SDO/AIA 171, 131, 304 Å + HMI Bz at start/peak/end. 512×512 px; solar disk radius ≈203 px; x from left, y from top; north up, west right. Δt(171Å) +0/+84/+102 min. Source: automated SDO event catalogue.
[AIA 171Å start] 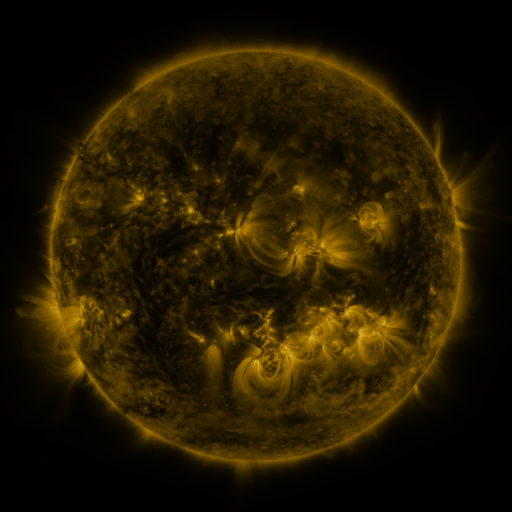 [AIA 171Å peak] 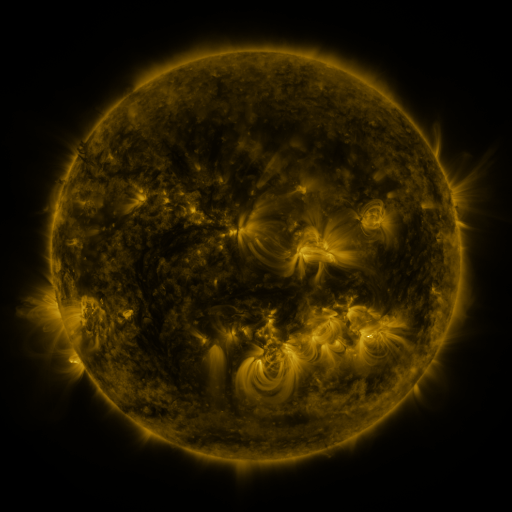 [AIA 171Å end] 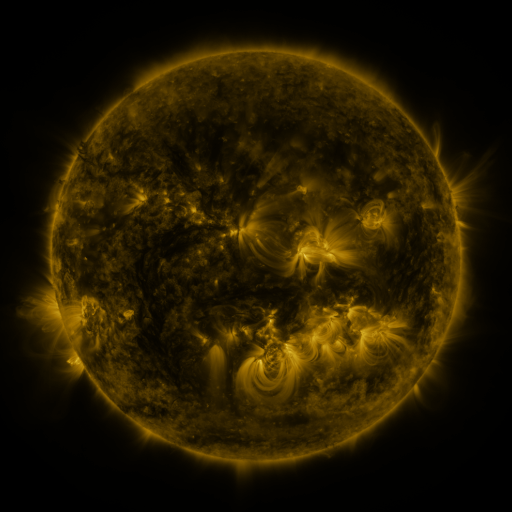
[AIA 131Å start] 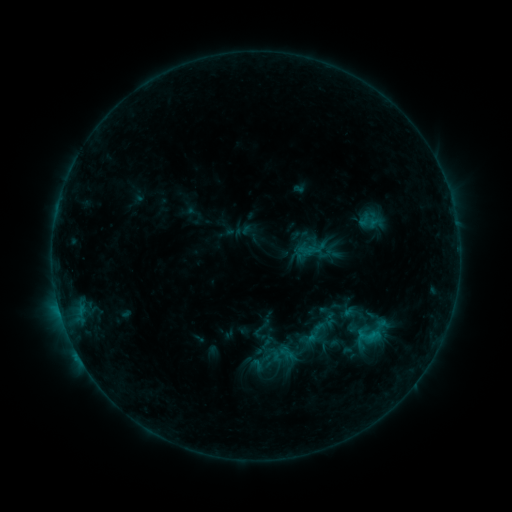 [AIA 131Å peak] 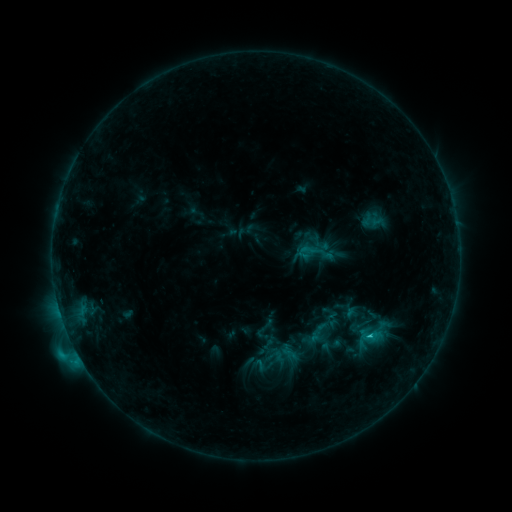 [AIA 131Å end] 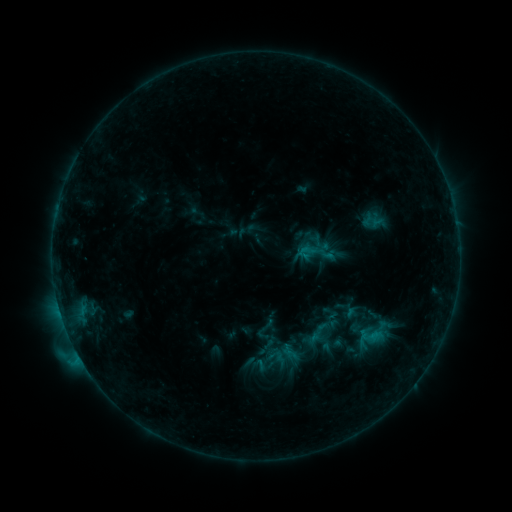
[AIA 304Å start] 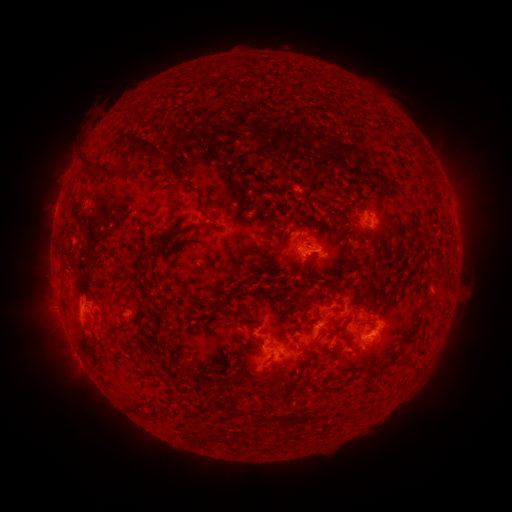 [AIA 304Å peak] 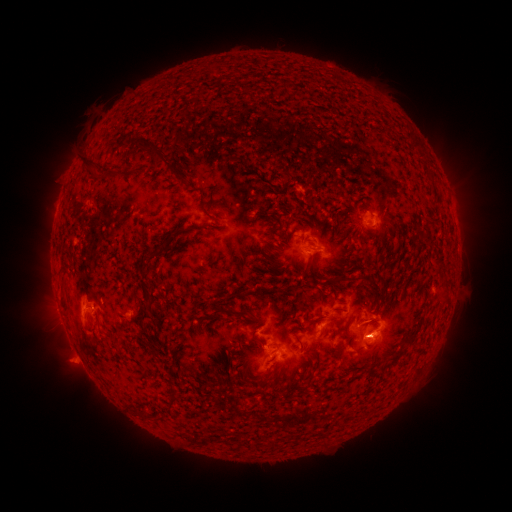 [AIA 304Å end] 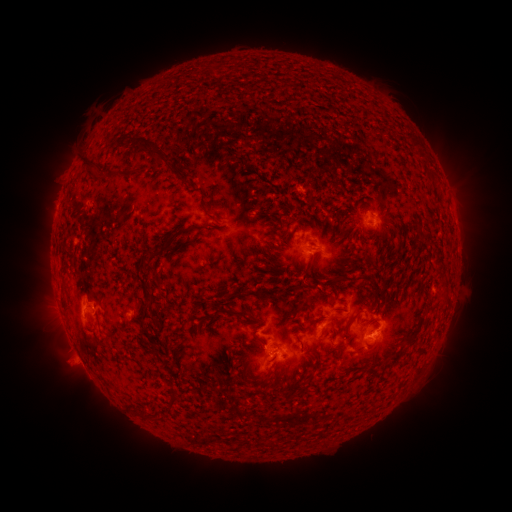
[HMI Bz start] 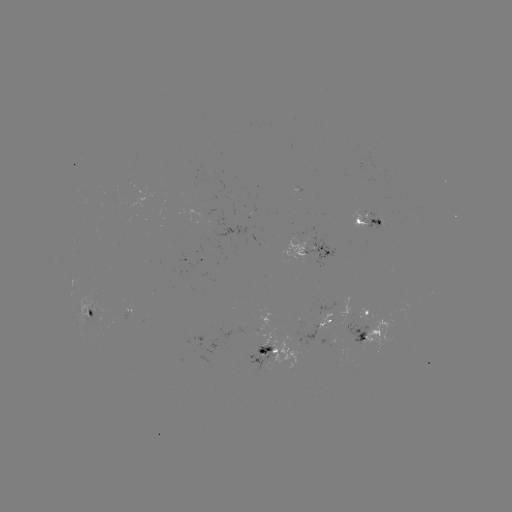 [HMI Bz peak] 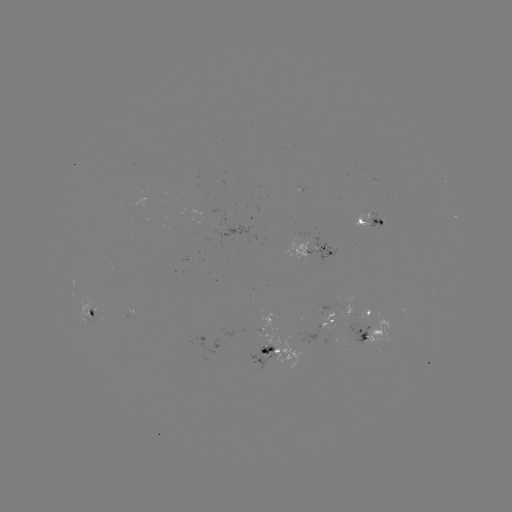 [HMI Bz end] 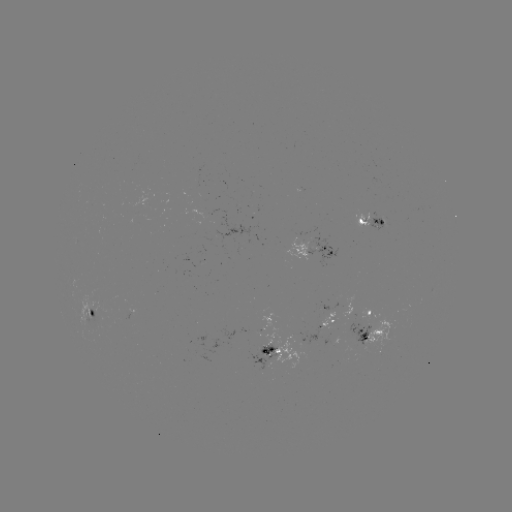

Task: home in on C2.1 flare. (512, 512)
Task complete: (75, 348).